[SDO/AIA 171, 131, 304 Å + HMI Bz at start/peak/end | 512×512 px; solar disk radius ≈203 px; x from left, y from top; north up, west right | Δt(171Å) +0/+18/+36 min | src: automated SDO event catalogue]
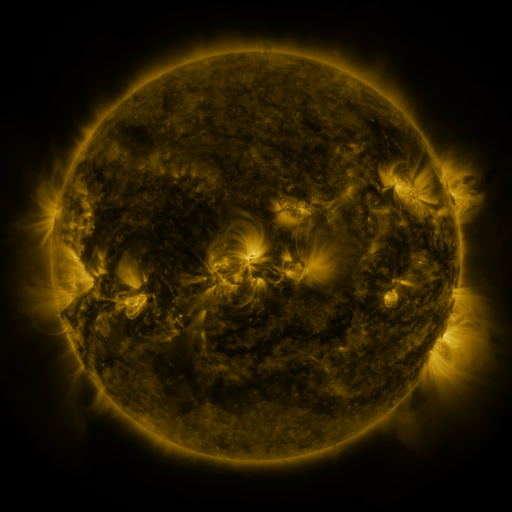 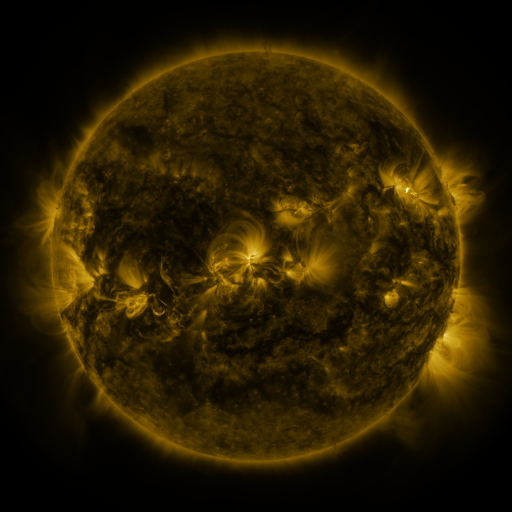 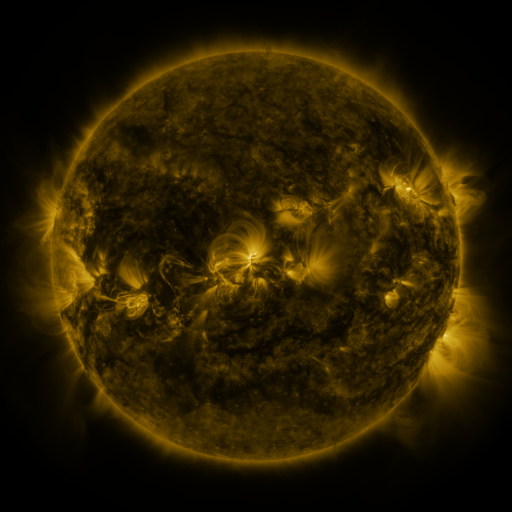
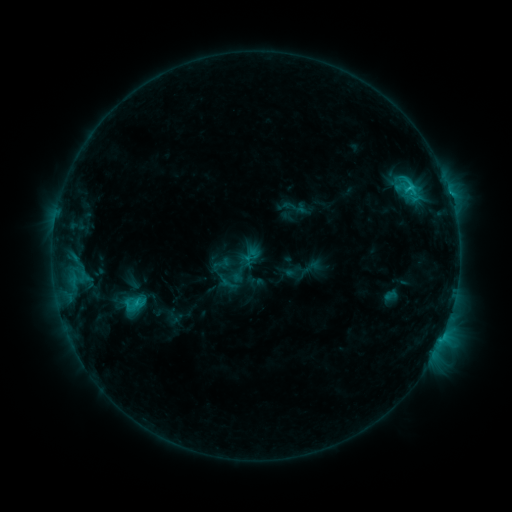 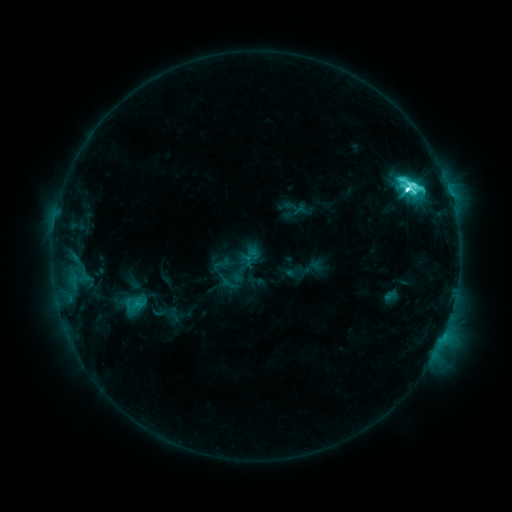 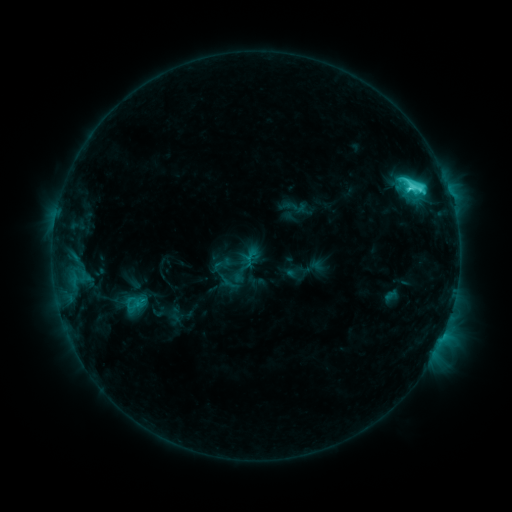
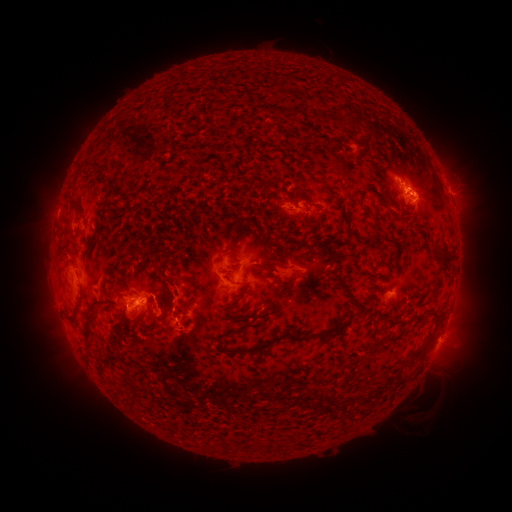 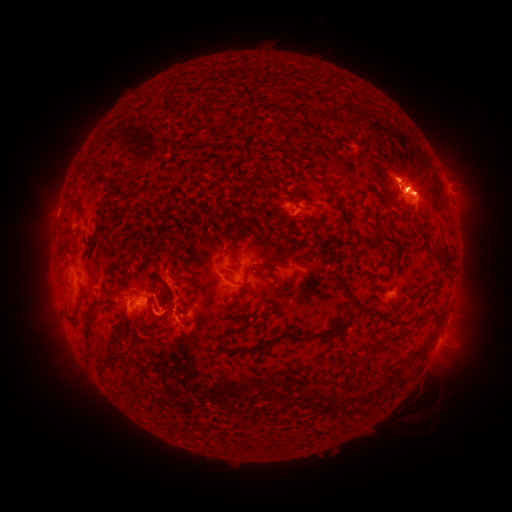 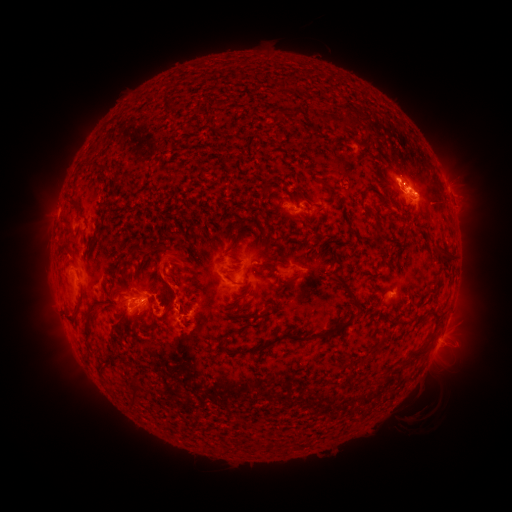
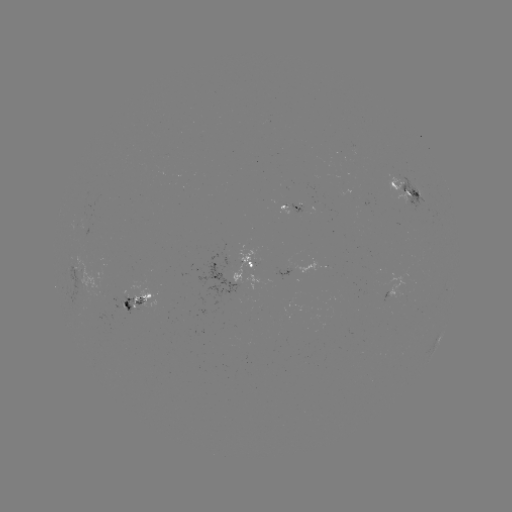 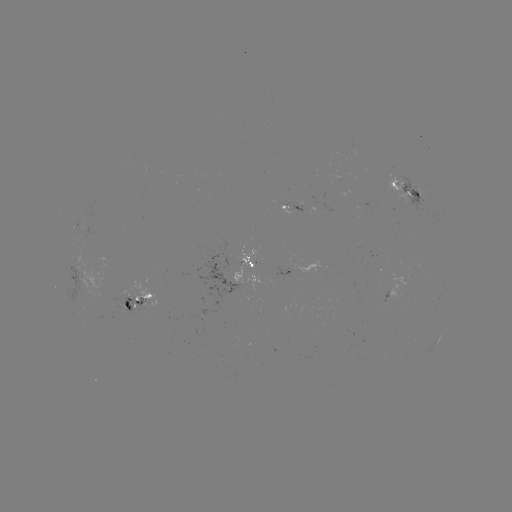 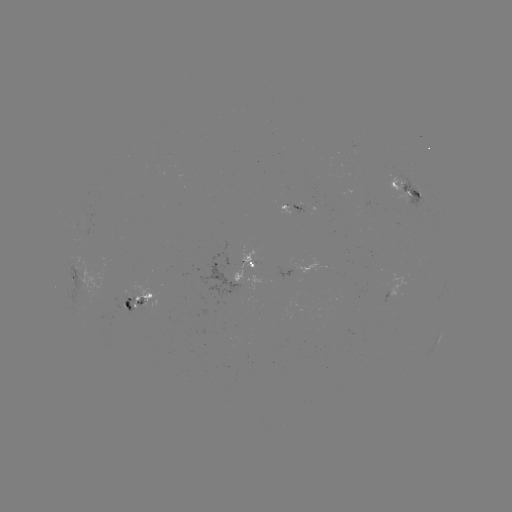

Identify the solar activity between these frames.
eruption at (168, 278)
